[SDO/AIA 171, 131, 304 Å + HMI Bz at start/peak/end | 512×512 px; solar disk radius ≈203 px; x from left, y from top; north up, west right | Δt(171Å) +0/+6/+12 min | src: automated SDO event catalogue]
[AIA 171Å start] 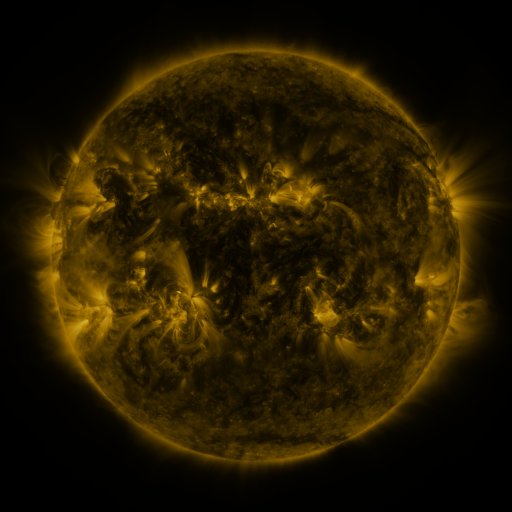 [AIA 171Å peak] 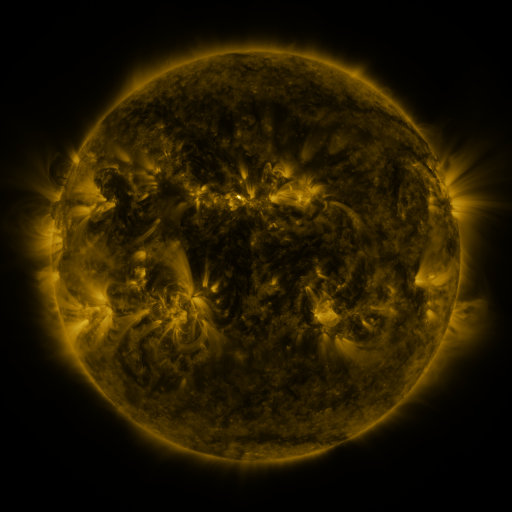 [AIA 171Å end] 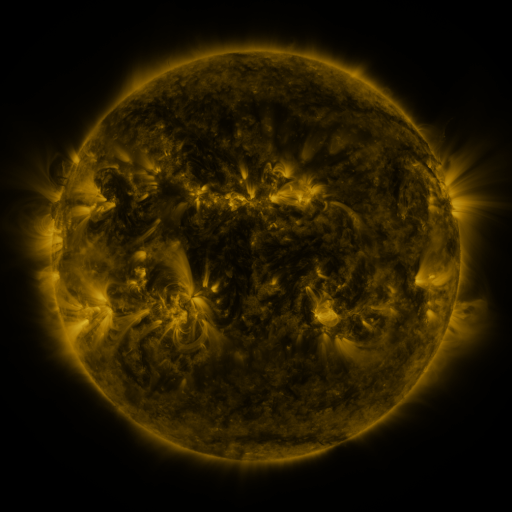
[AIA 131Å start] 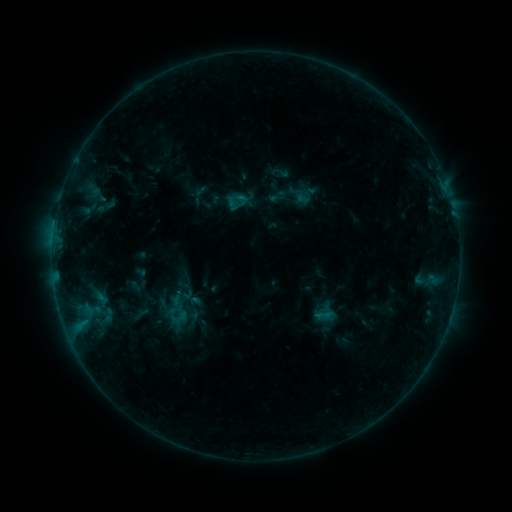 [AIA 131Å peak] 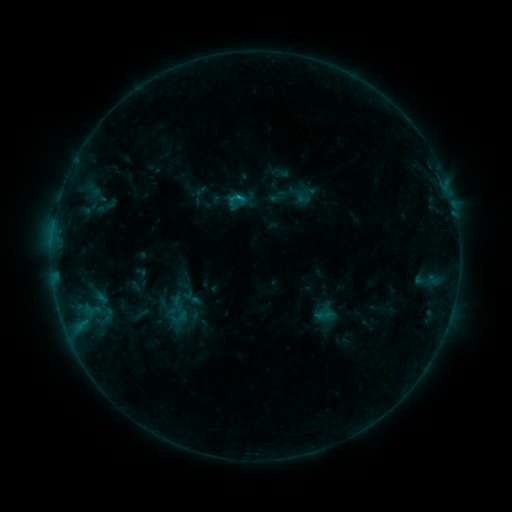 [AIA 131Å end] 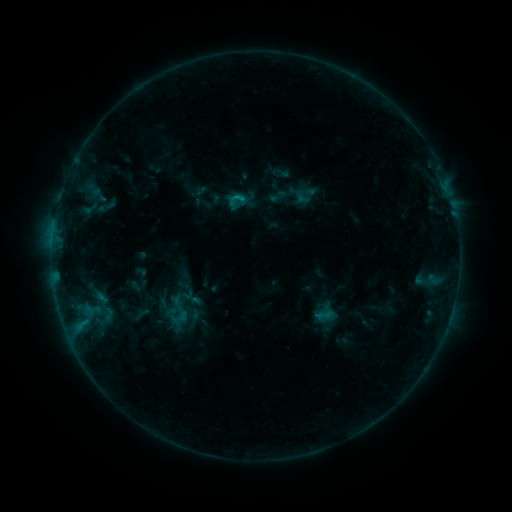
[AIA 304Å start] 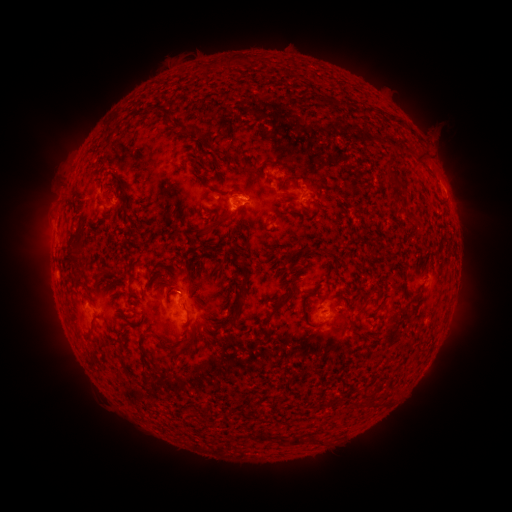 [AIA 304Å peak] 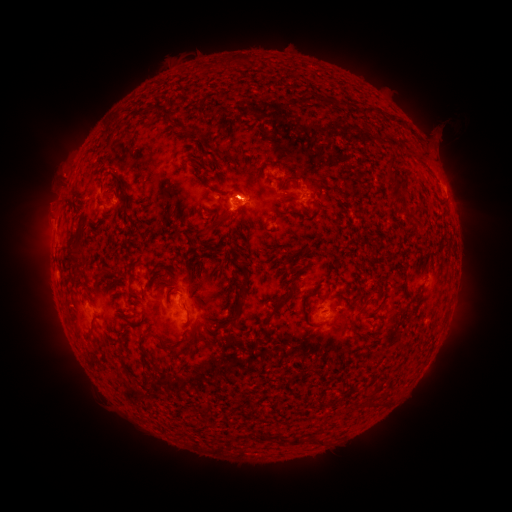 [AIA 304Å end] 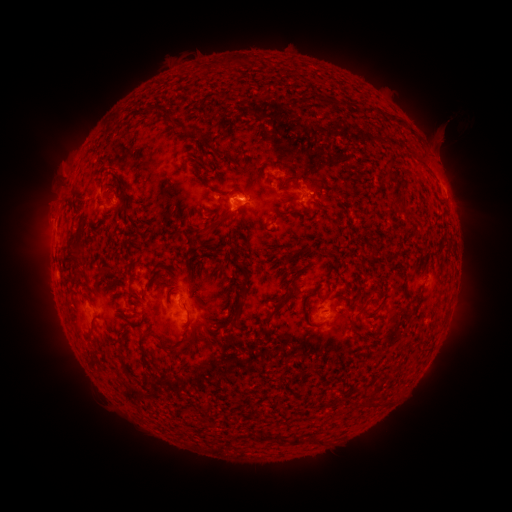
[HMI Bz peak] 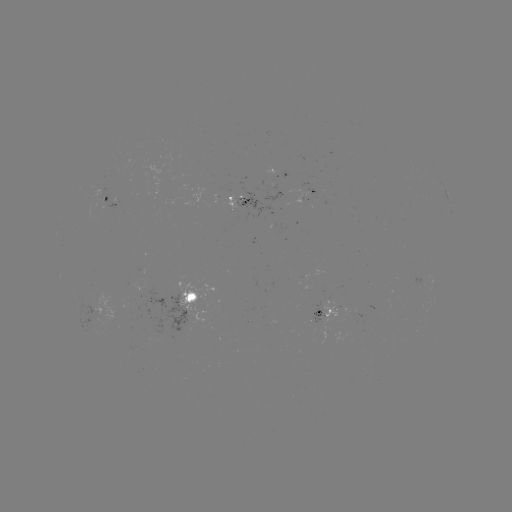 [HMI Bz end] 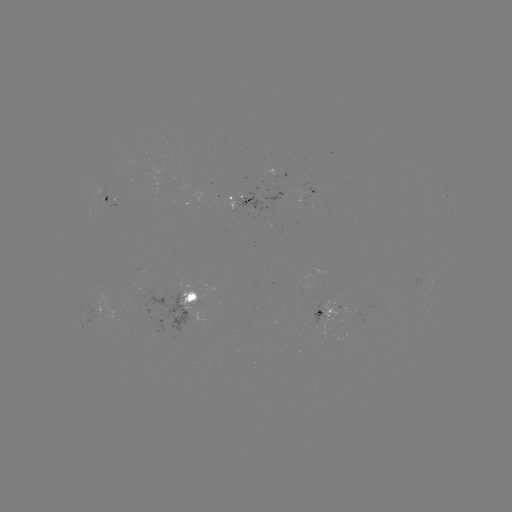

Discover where B5.5 flare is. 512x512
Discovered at (241, 198).